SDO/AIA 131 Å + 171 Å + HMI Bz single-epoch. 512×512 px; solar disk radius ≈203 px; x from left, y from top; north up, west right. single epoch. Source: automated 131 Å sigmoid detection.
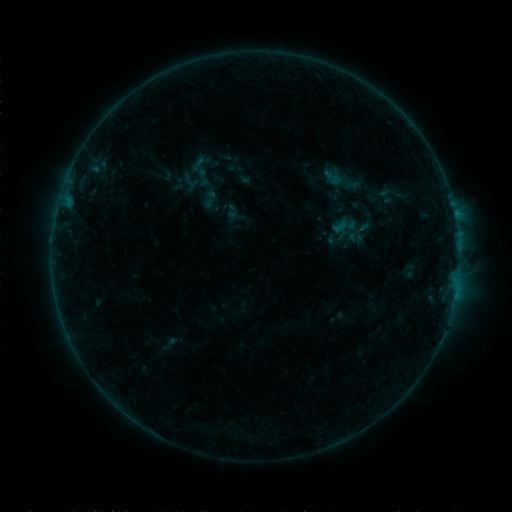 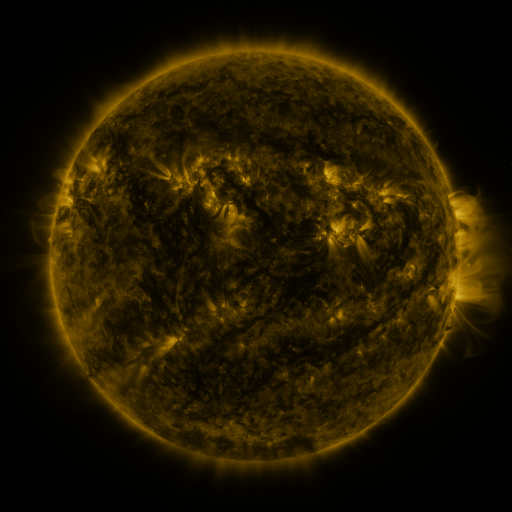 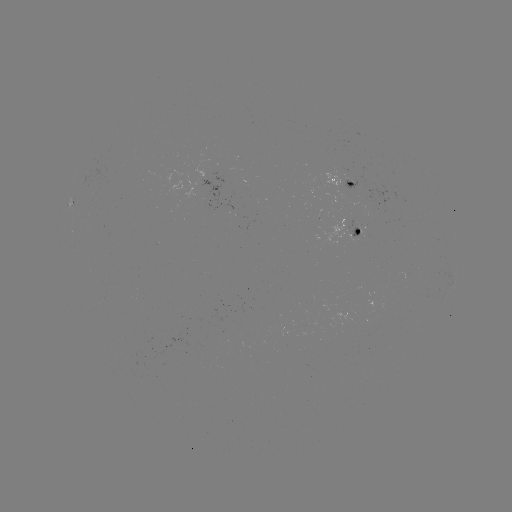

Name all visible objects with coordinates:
sigmoid: [320, 166, 348, 189]
sigmoid: [224, 203, 241, 220]
